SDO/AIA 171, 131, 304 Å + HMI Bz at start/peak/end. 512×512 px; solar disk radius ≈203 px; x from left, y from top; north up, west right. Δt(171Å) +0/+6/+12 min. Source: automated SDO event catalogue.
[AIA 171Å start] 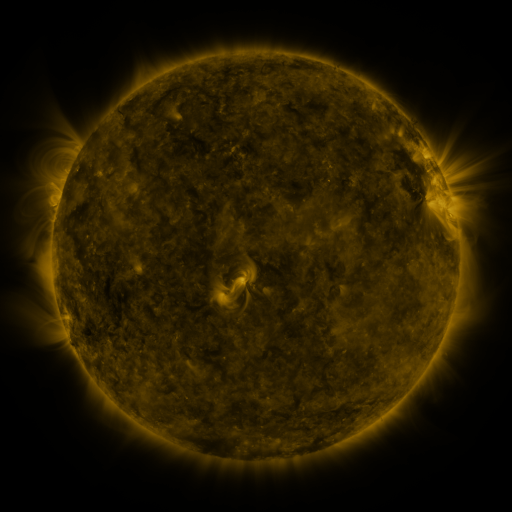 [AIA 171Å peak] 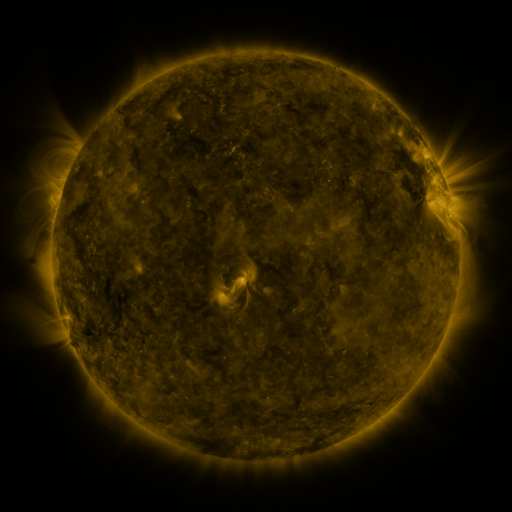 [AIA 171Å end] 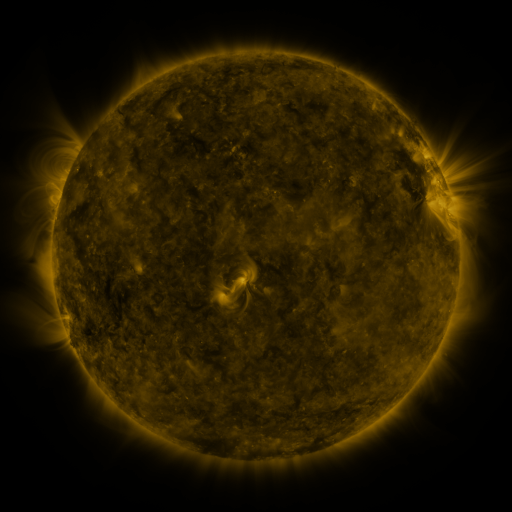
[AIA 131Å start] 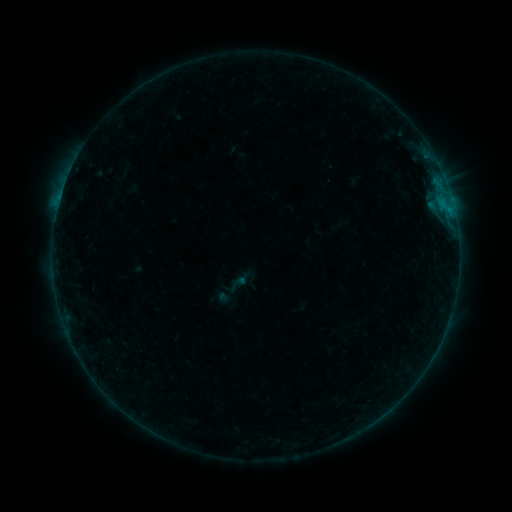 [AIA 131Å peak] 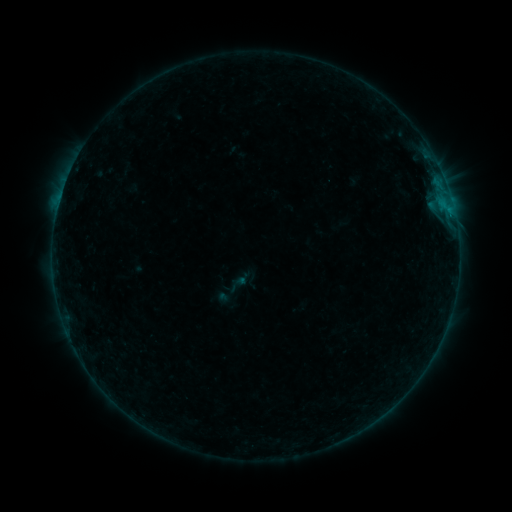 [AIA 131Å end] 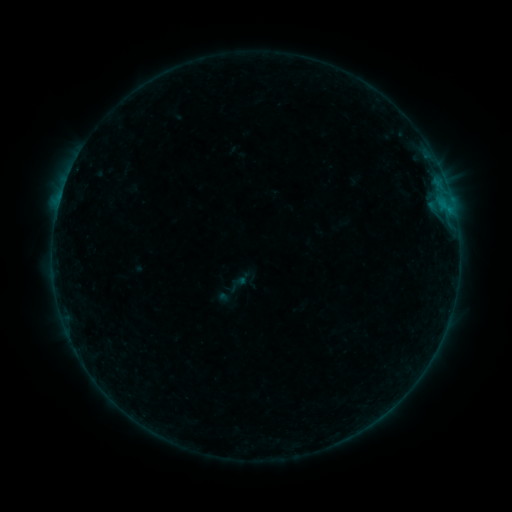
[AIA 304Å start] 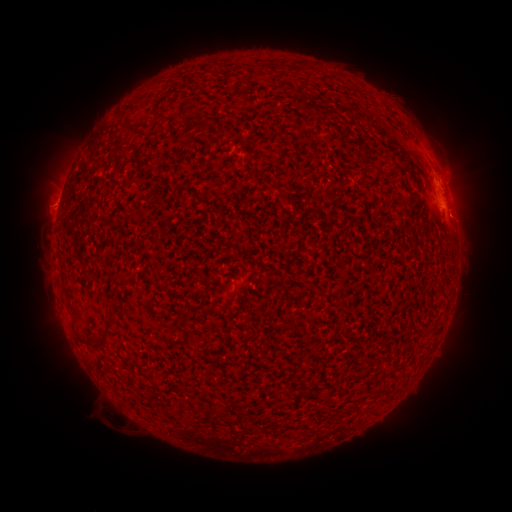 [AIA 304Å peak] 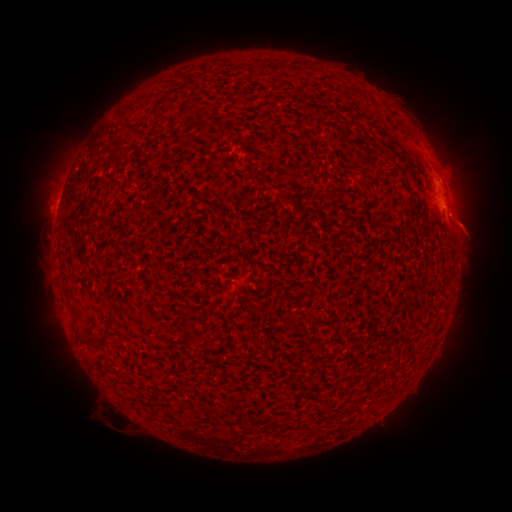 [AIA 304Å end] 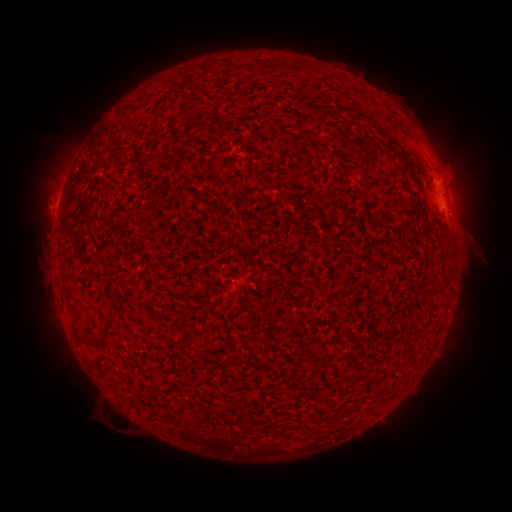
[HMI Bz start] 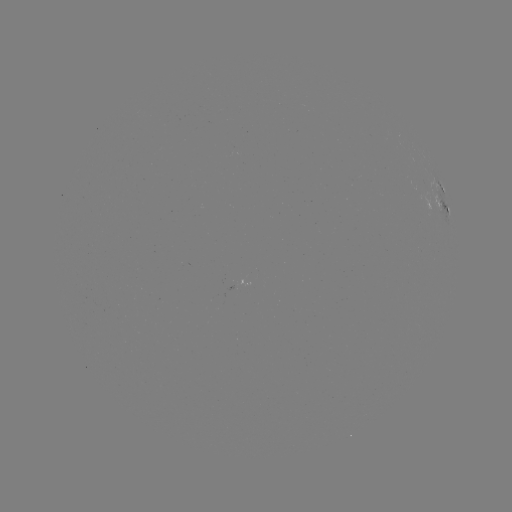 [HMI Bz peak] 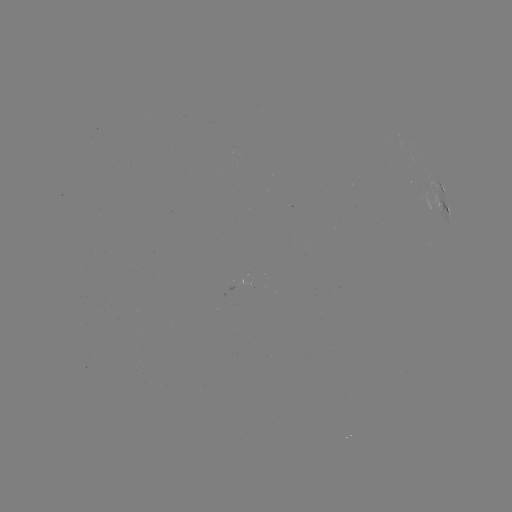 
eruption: (436, 195, 500, 264)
